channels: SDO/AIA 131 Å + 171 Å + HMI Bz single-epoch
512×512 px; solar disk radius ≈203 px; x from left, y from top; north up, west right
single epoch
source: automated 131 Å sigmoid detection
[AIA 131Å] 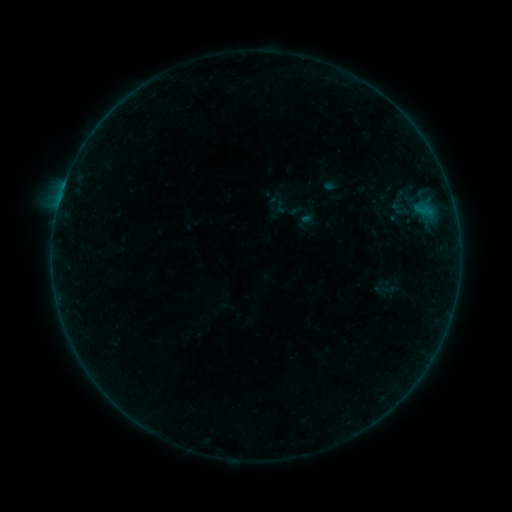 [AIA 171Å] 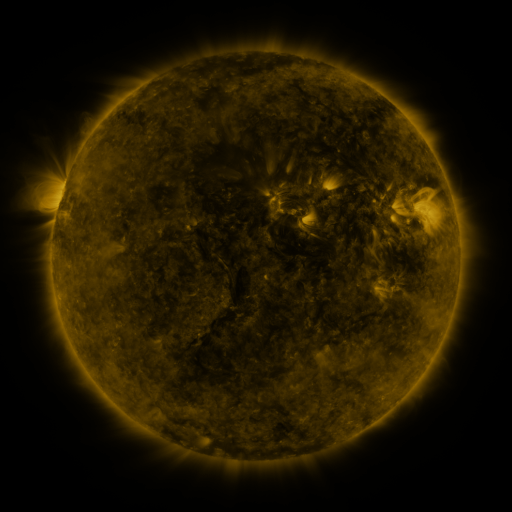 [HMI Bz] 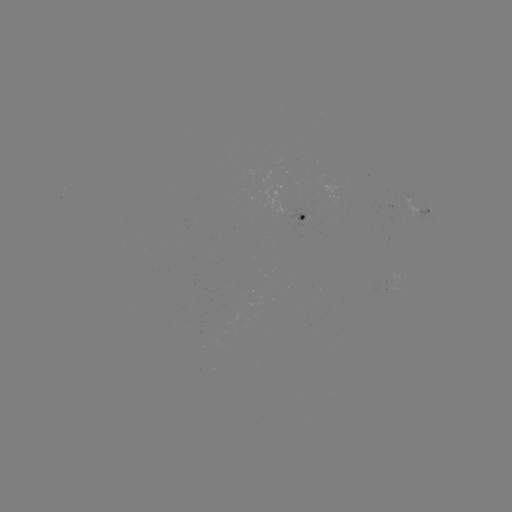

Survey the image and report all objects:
sigmoid: (401, 204)
